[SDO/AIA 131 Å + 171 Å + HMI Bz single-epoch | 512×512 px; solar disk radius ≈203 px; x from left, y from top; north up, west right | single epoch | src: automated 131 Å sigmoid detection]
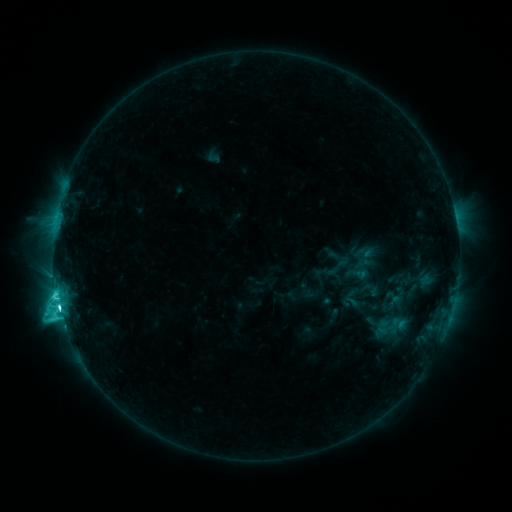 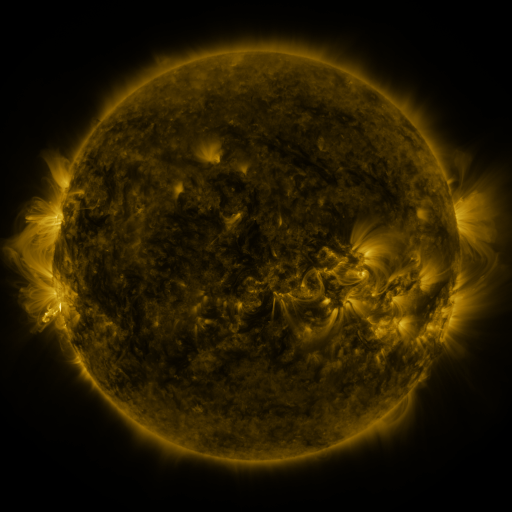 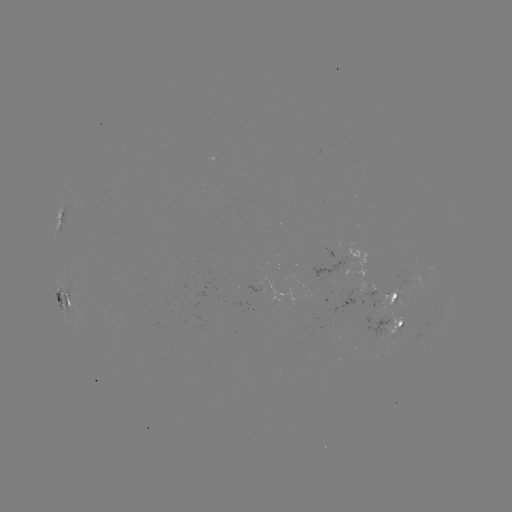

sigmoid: [379, 312, 400, 336]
